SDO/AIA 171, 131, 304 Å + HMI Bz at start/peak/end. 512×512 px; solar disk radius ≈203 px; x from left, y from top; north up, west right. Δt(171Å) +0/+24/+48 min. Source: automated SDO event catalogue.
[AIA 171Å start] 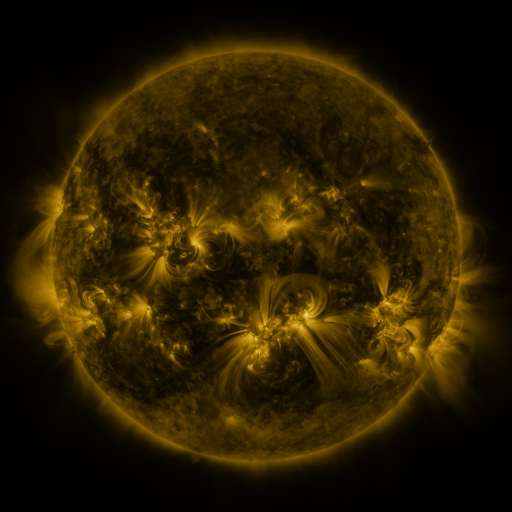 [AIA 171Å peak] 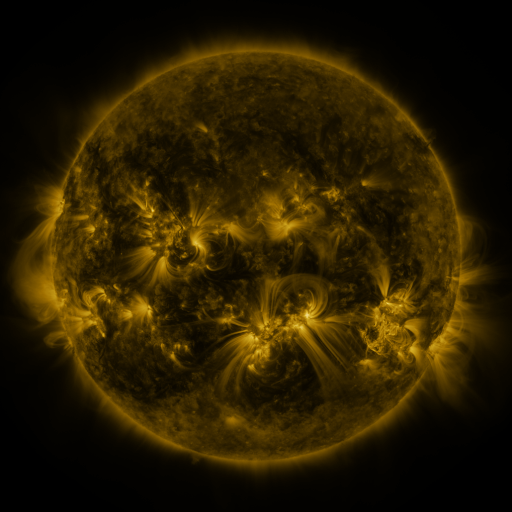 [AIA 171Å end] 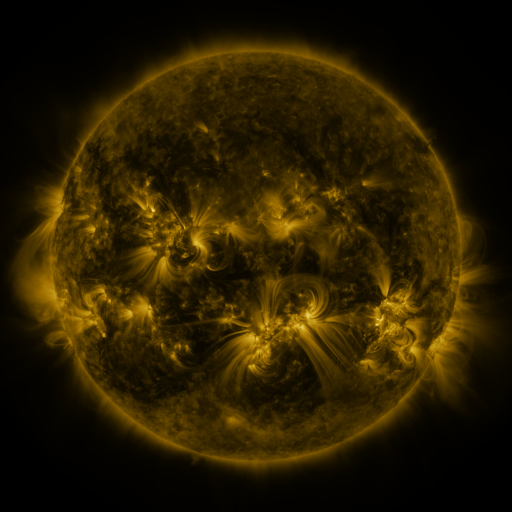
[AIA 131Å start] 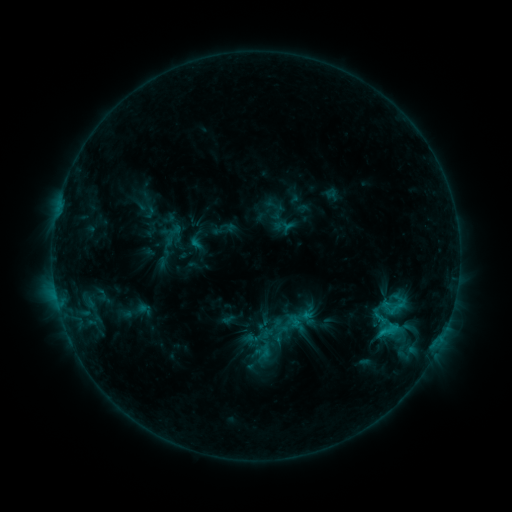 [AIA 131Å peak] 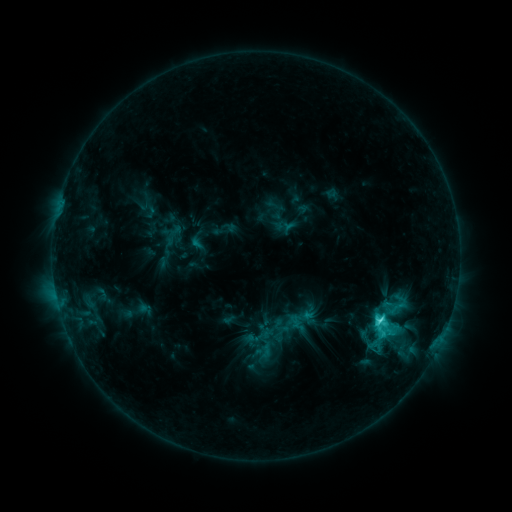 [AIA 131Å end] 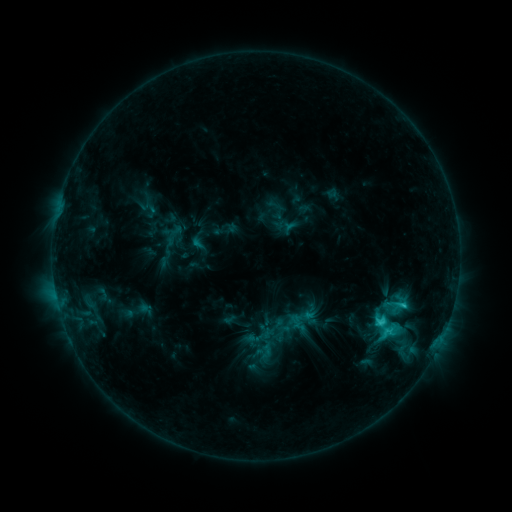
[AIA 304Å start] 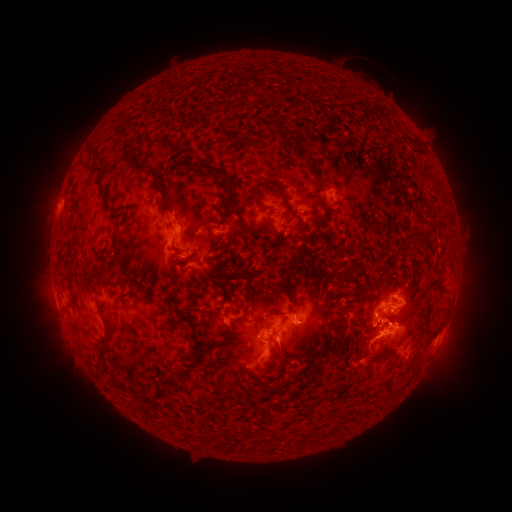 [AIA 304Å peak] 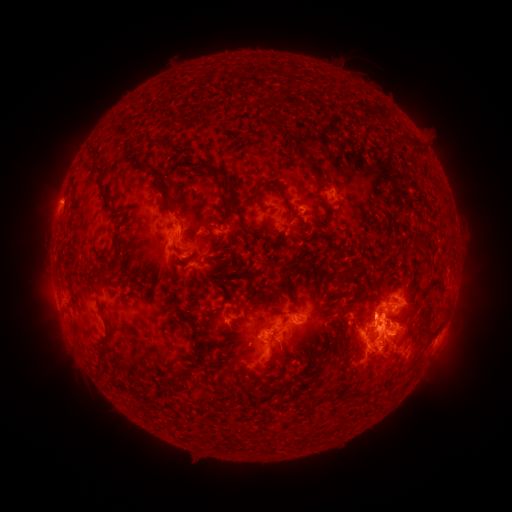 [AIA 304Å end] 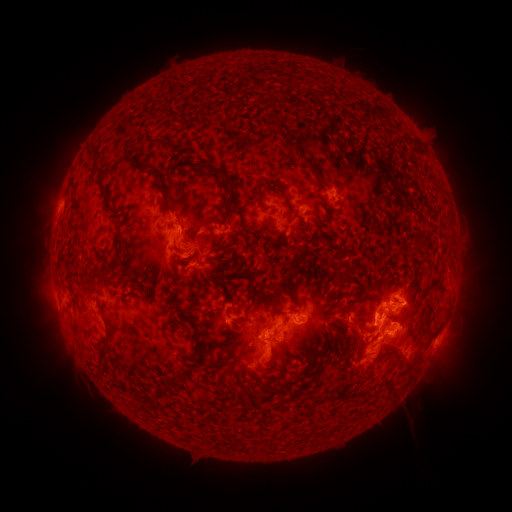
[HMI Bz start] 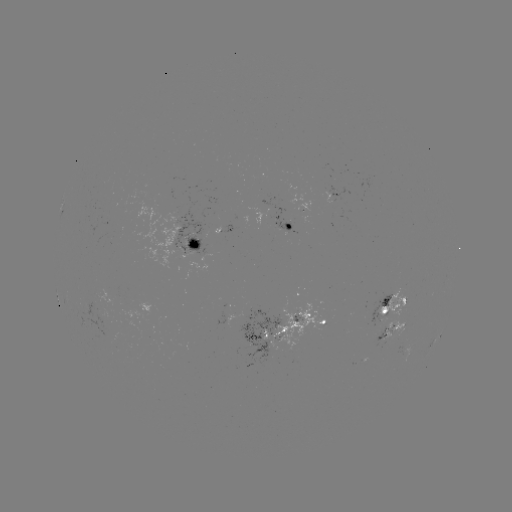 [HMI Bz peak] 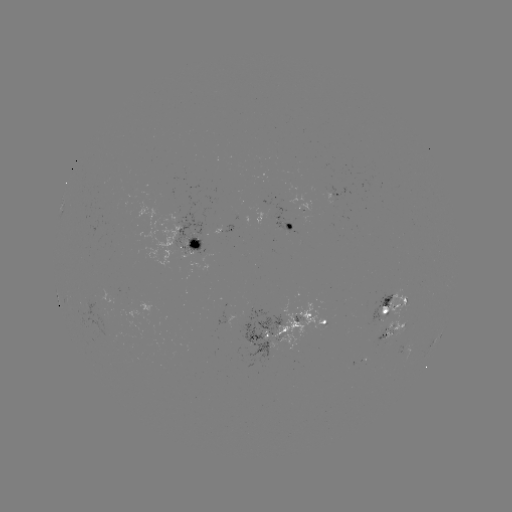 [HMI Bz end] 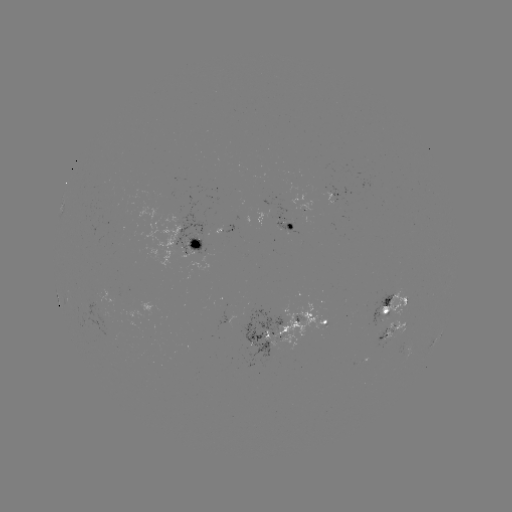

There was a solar flare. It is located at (379, 318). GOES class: C4.9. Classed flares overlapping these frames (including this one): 1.